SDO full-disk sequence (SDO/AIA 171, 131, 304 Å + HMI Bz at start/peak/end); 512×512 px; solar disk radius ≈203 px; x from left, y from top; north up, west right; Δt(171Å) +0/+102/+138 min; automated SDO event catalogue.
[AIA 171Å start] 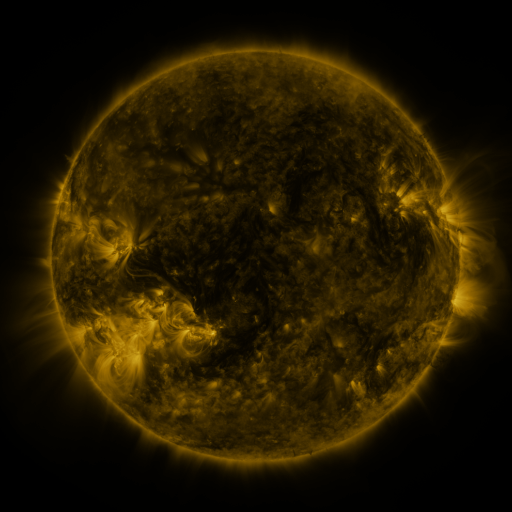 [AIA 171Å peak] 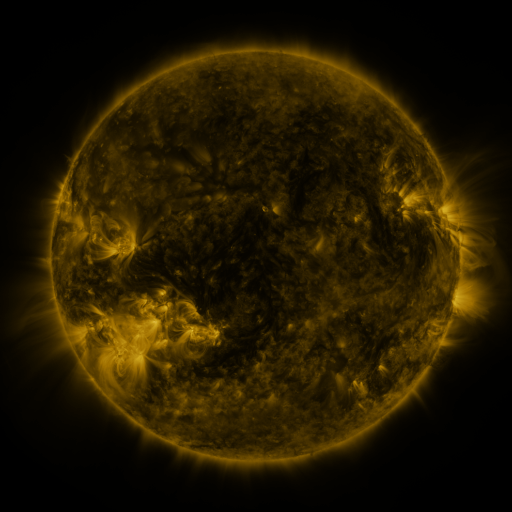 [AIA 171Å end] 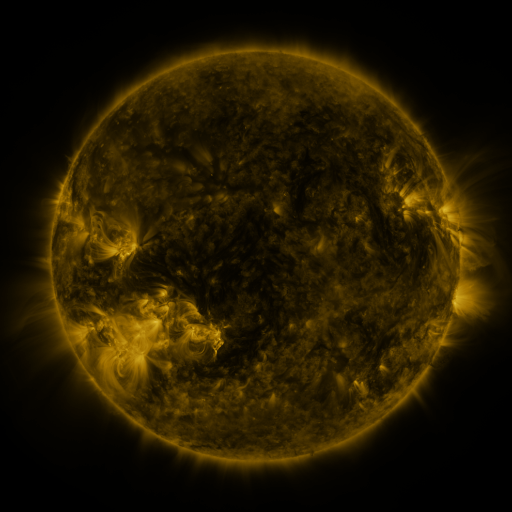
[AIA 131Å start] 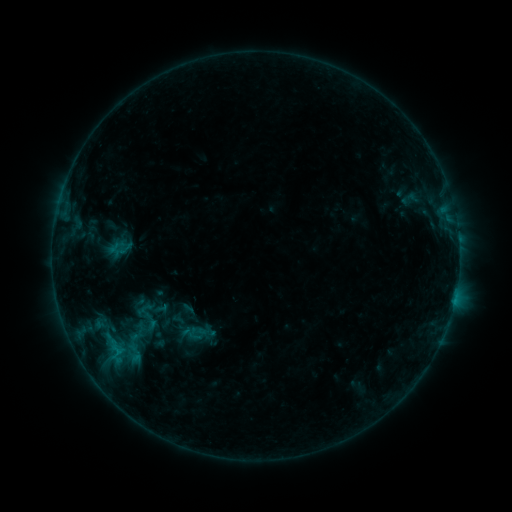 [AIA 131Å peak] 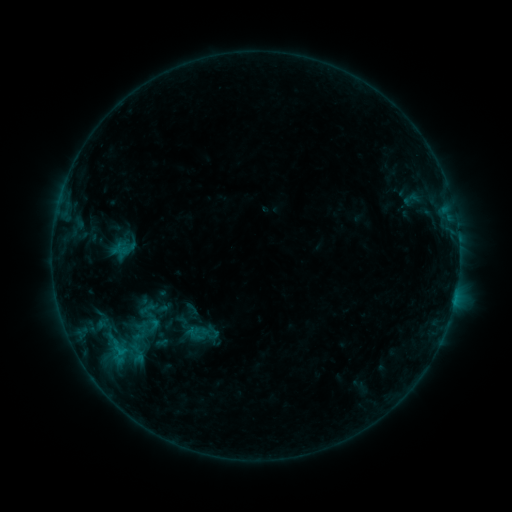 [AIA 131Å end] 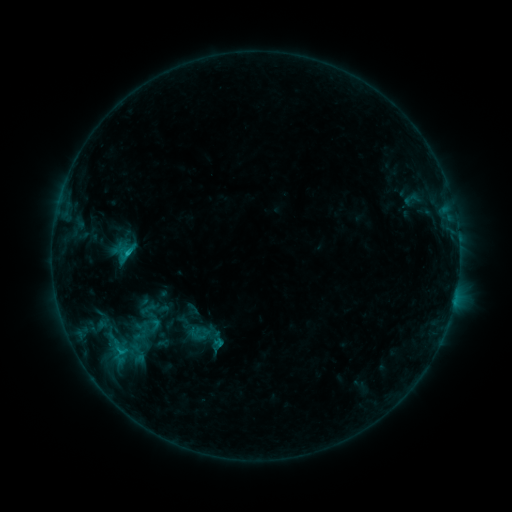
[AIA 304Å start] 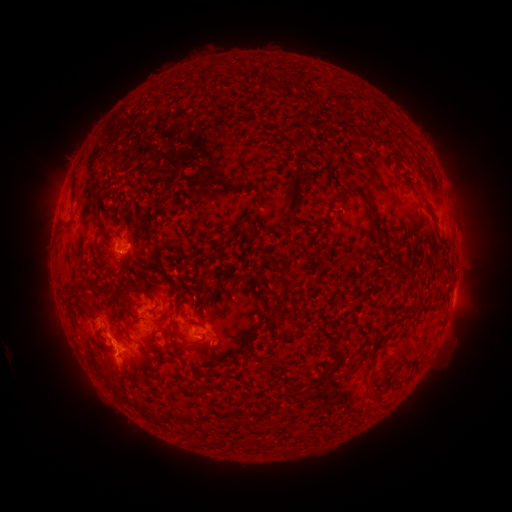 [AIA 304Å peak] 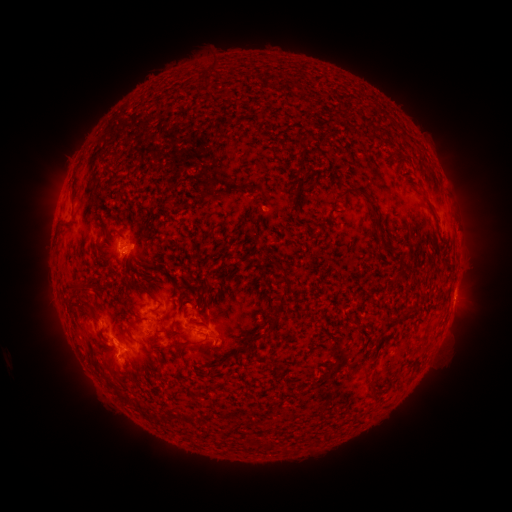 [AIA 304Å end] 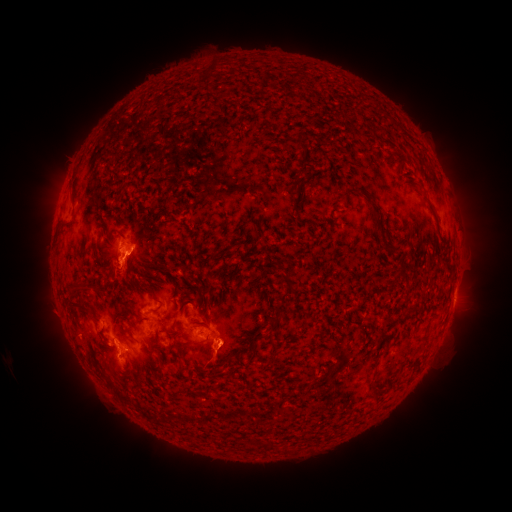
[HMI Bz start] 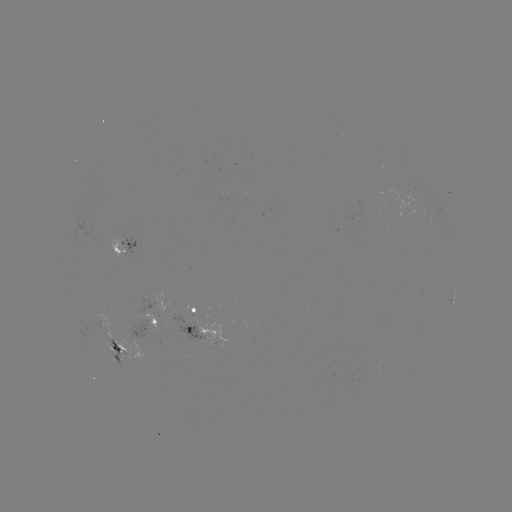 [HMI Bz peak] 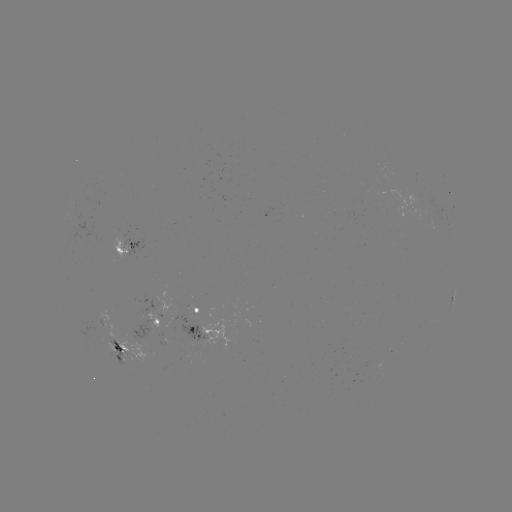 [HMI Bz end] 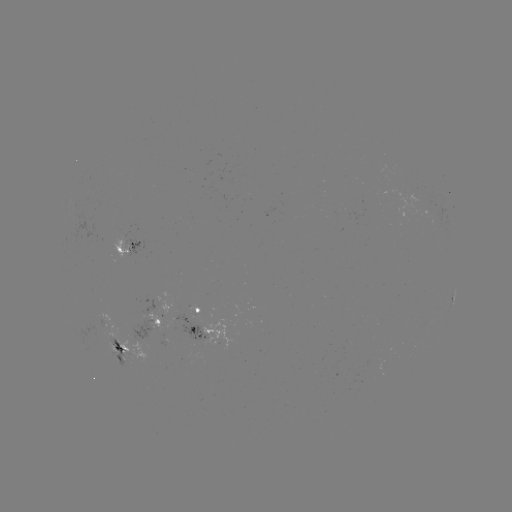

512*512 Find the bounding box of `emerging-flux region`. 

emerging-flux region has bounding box [165, 312, 210, 342].